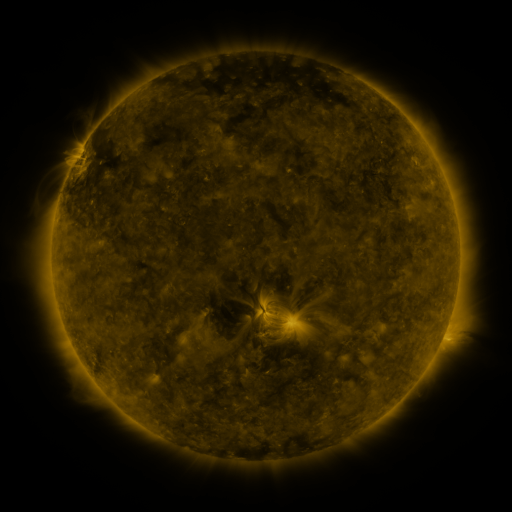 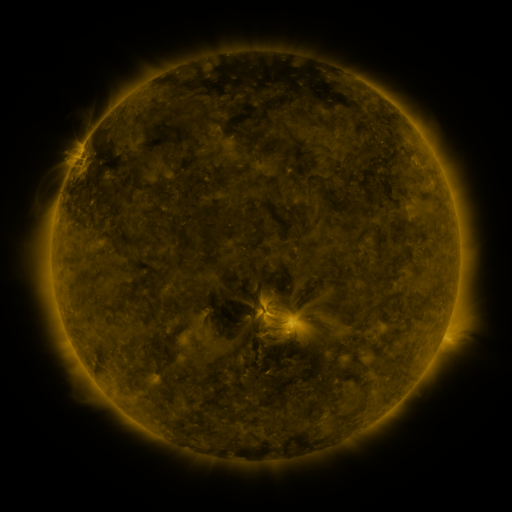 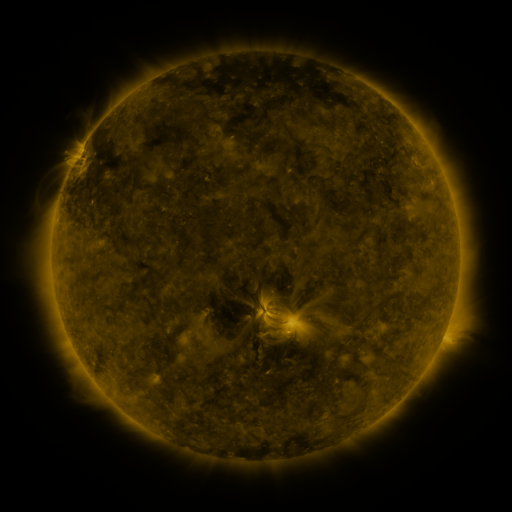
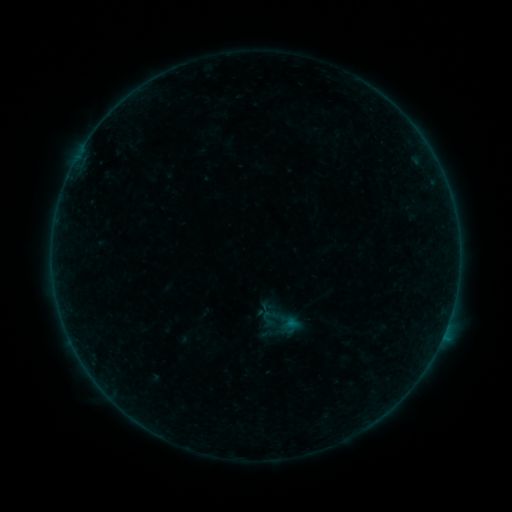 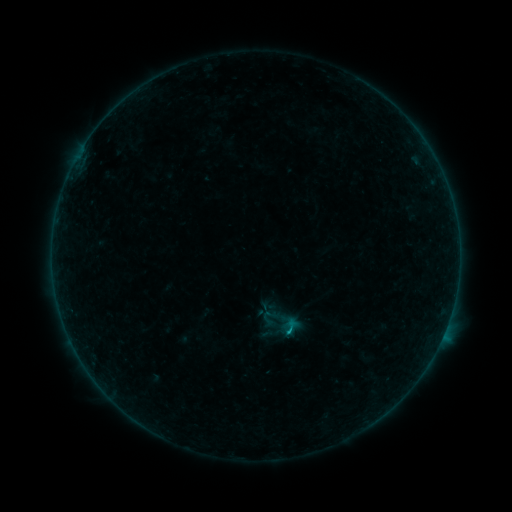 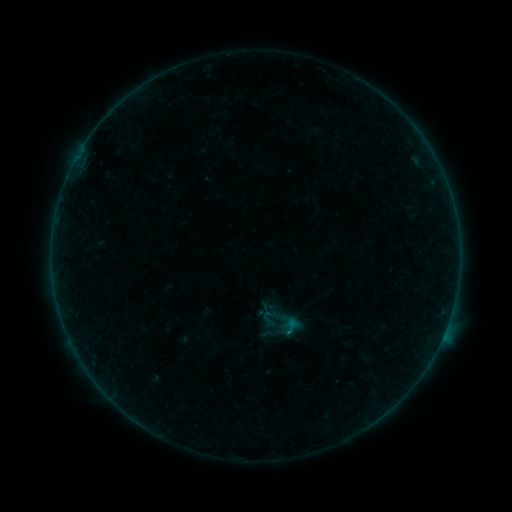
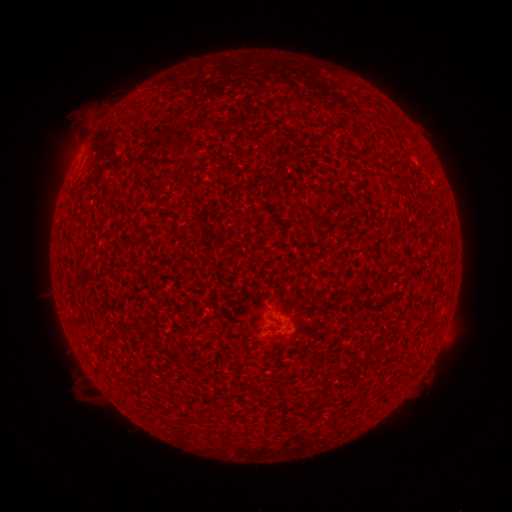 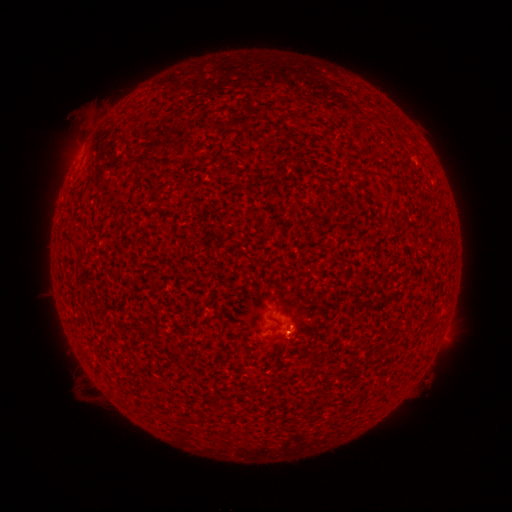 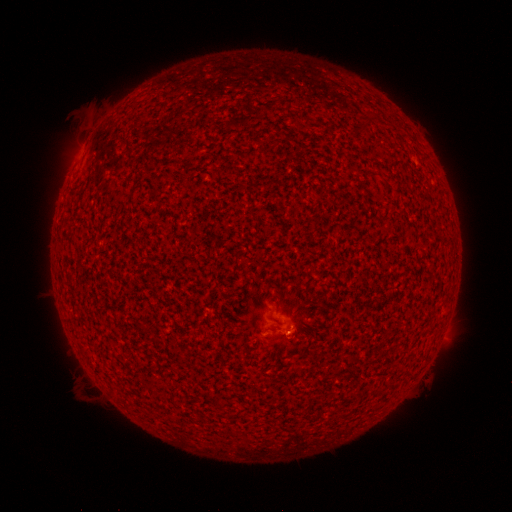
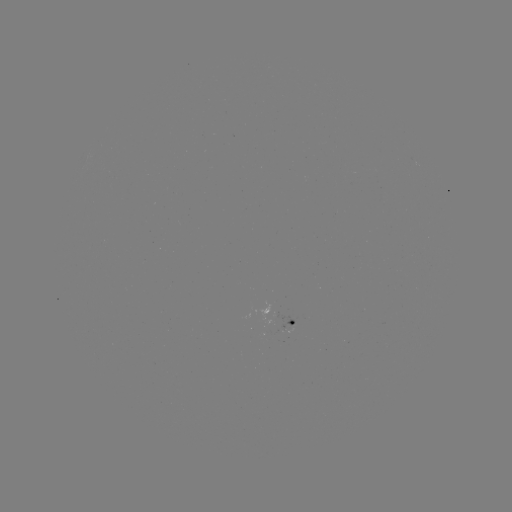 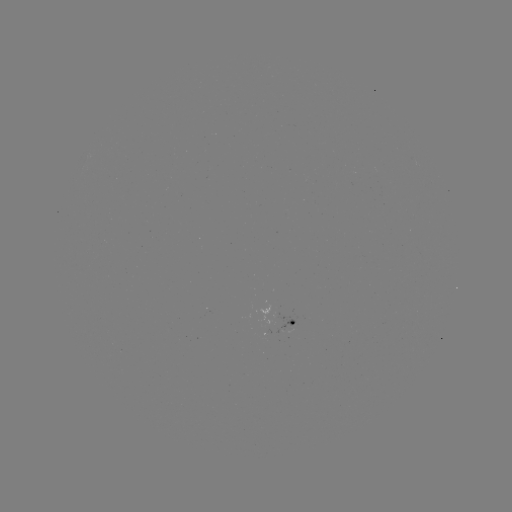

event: flare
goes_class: B3.6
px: (286, 330)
